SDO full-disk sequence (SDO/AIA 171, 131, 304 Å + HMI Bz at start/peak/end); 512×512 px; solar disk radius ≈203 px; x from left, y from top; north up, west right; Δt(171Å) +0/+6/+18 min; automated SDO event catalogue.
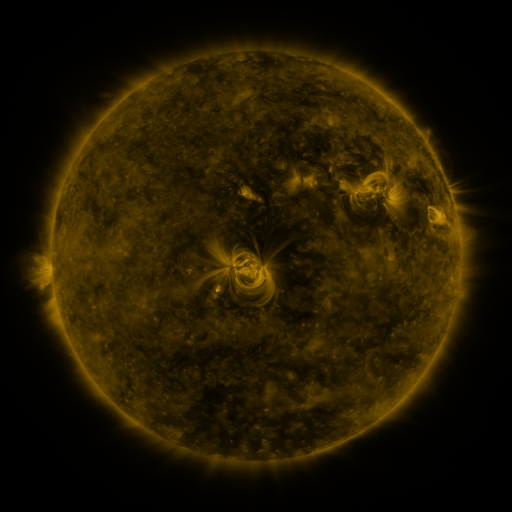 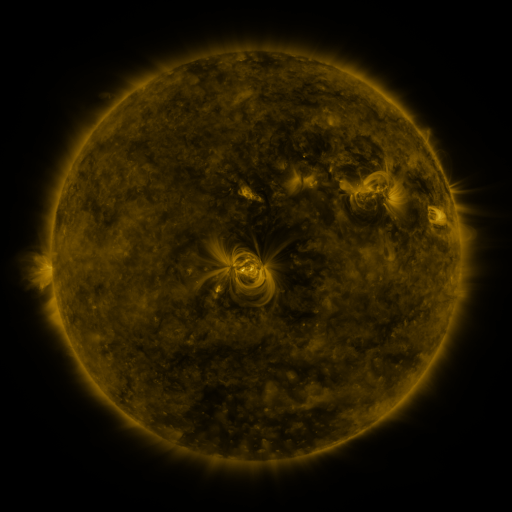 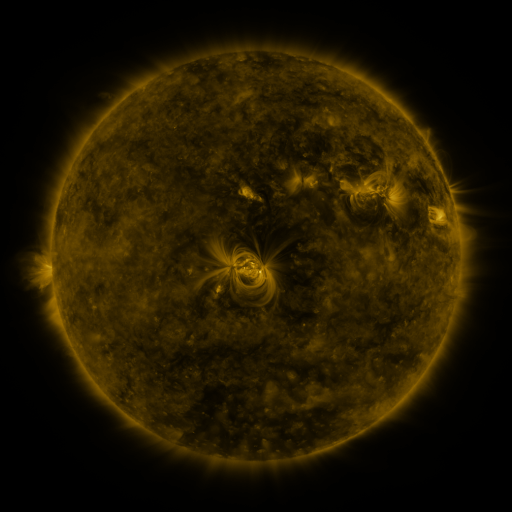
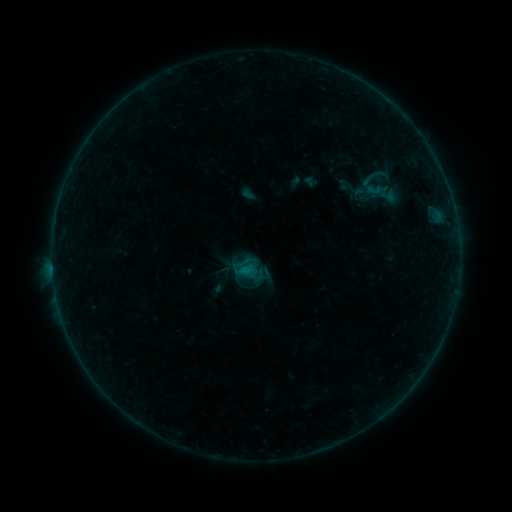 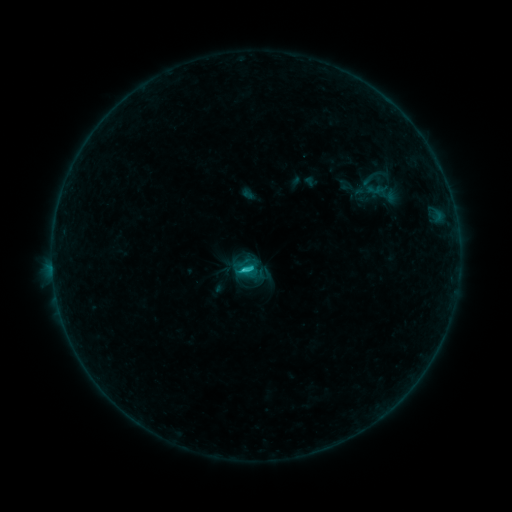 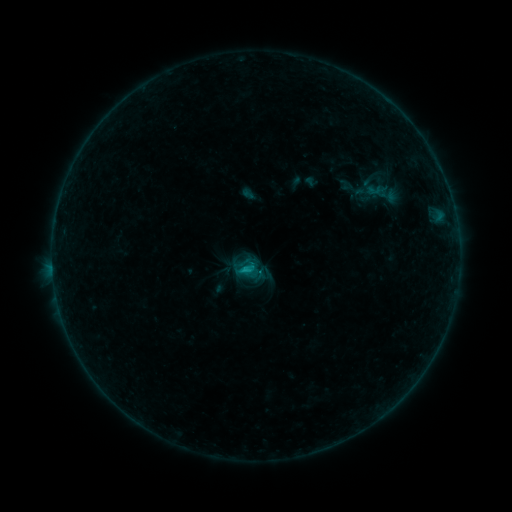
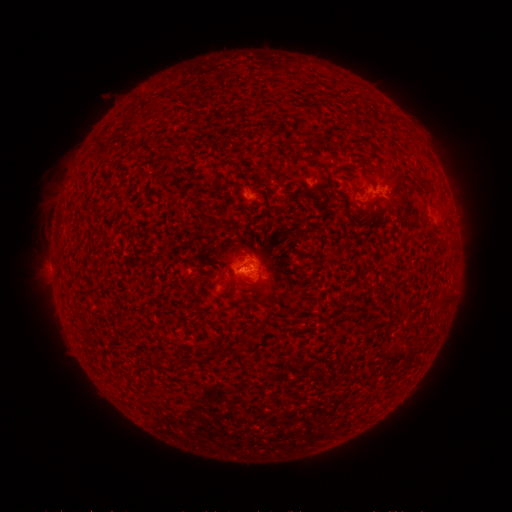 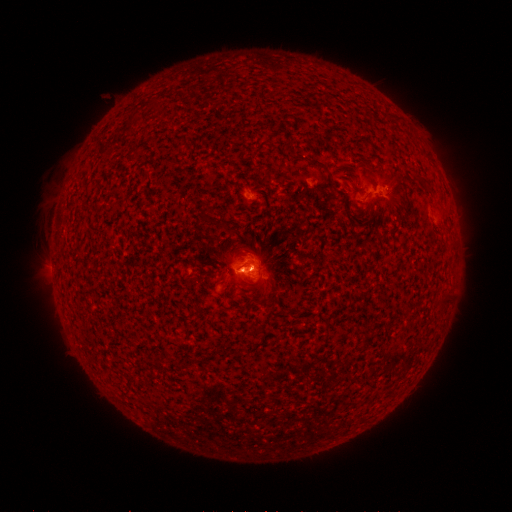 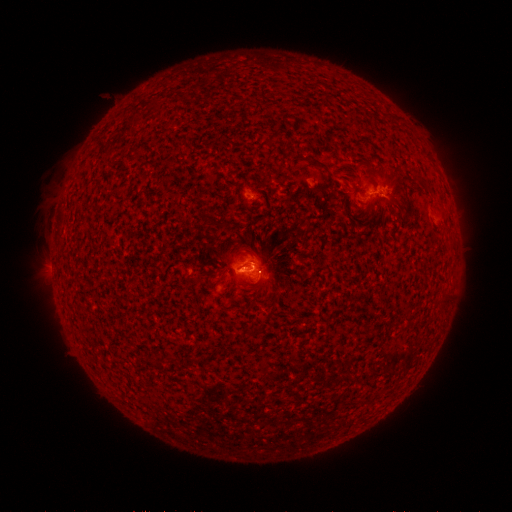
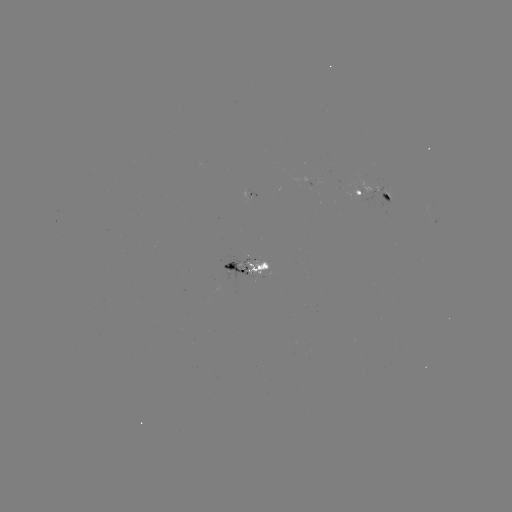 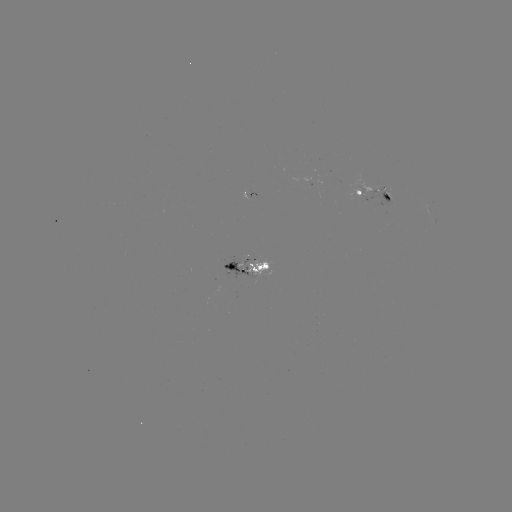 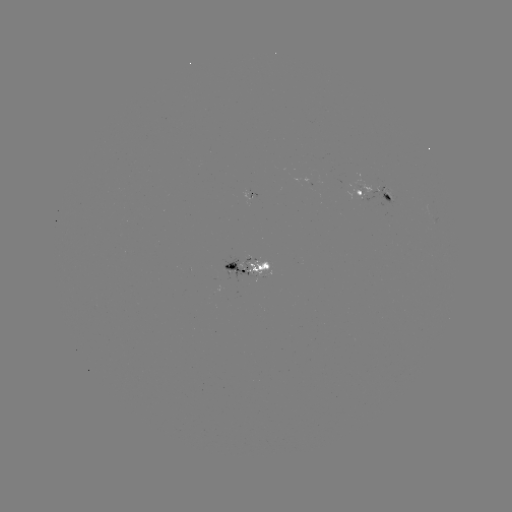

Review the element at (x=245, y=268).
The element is C1.1 flare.